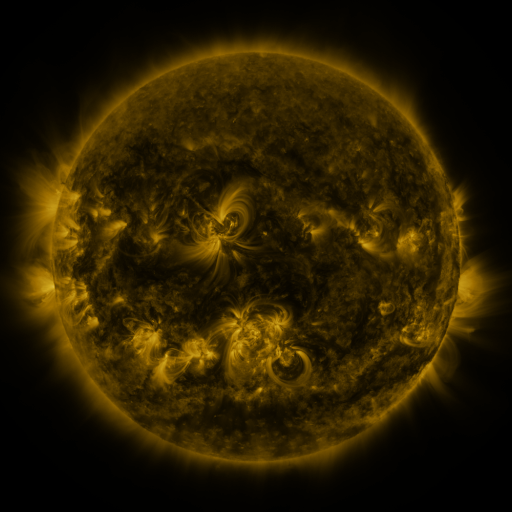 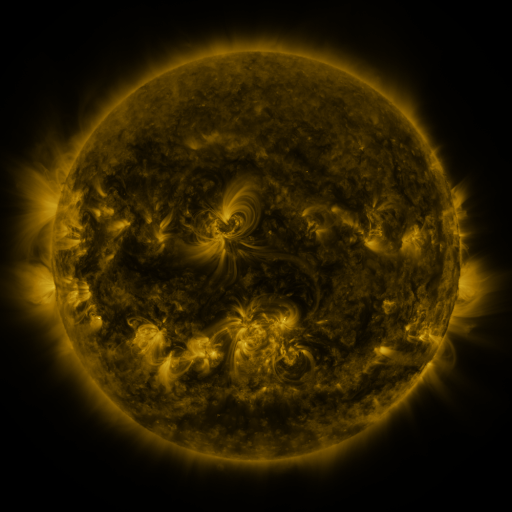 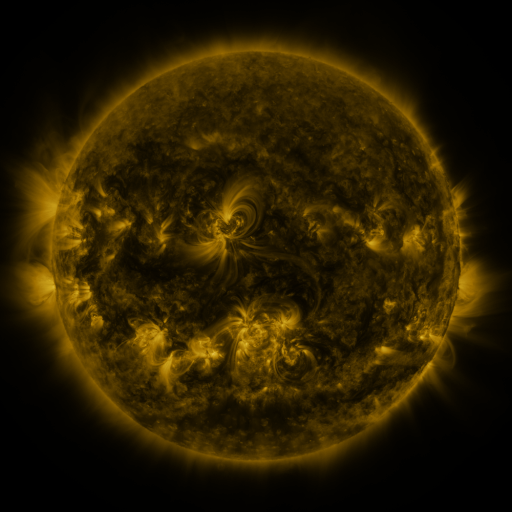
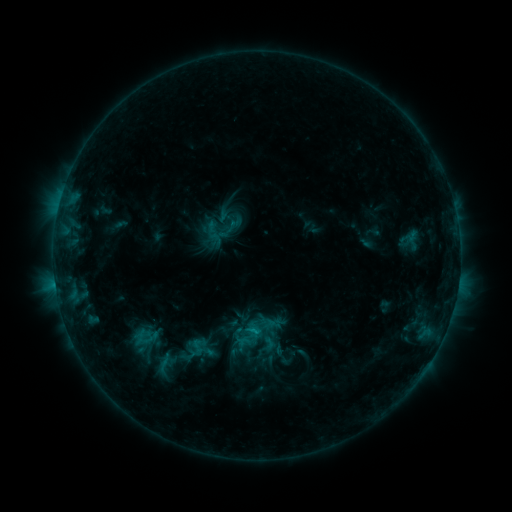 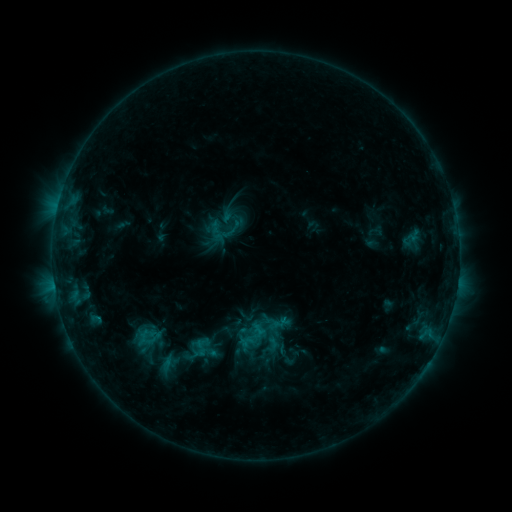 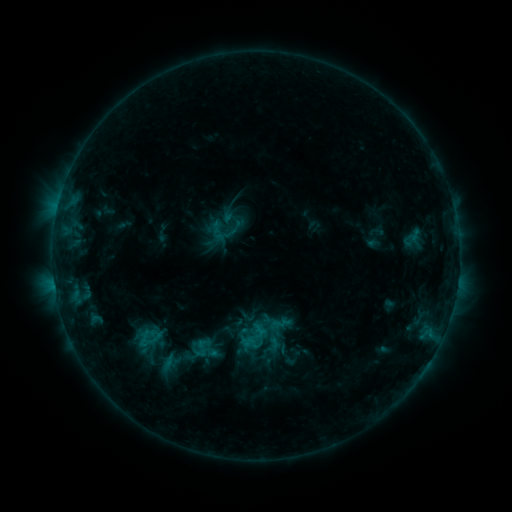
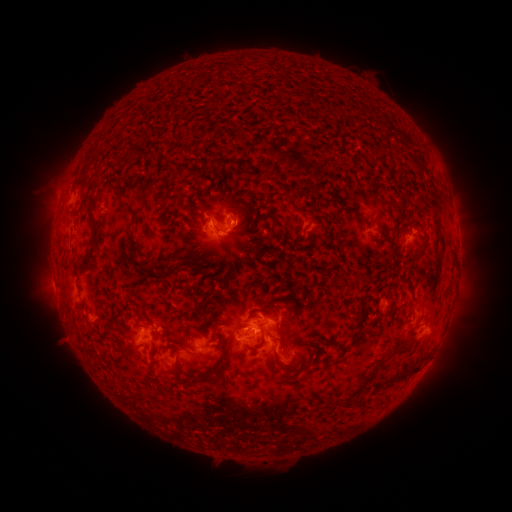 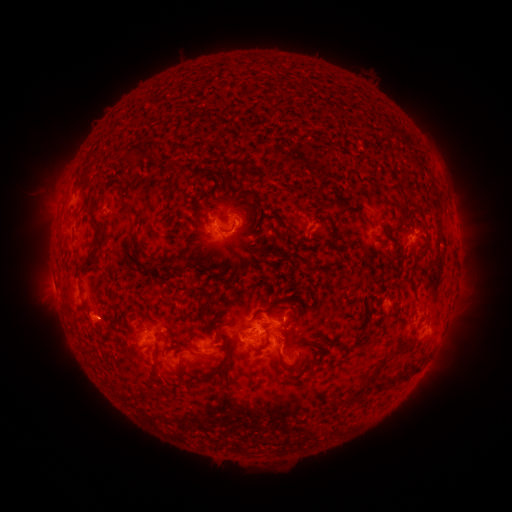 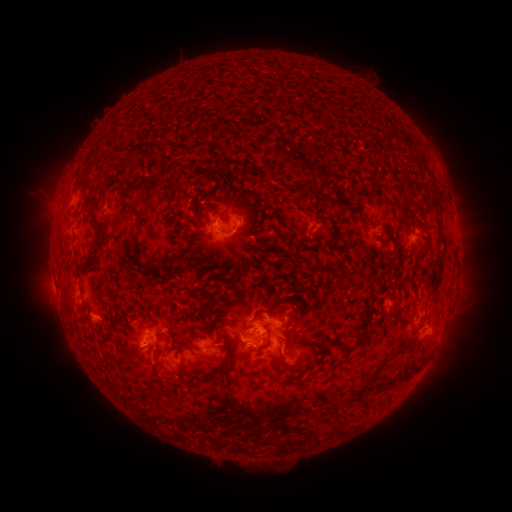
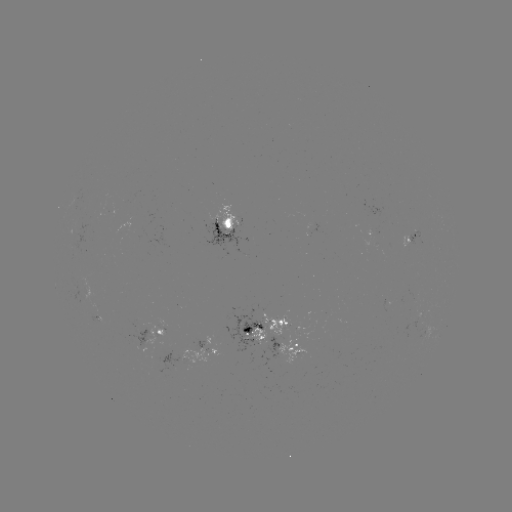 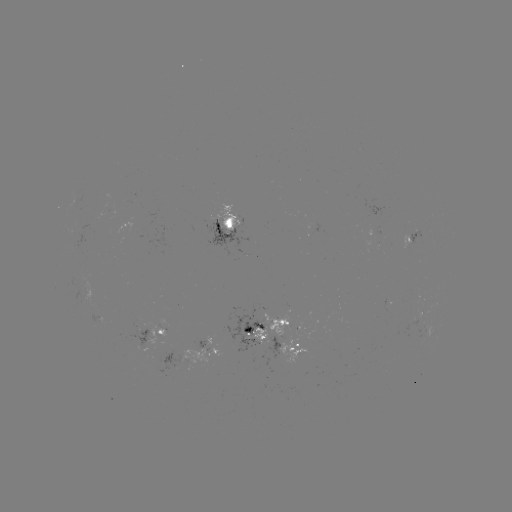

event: emerging-flux region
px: (97, 319)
